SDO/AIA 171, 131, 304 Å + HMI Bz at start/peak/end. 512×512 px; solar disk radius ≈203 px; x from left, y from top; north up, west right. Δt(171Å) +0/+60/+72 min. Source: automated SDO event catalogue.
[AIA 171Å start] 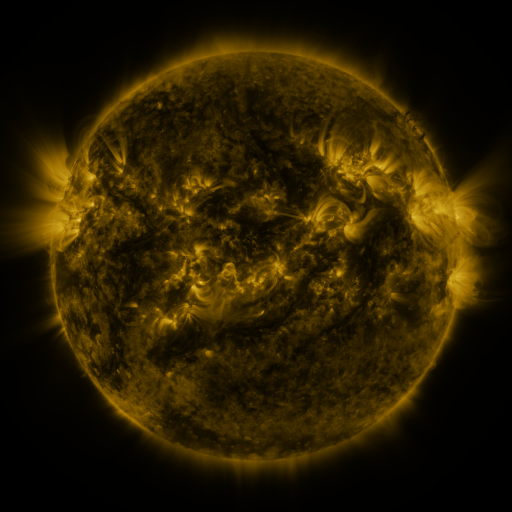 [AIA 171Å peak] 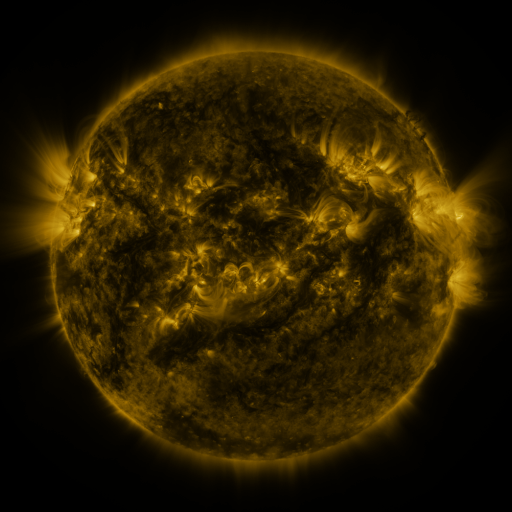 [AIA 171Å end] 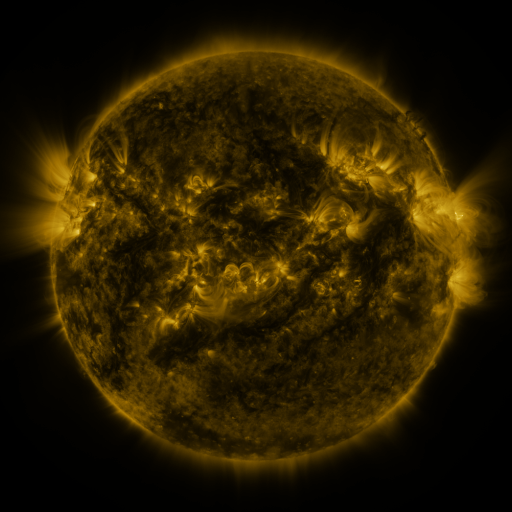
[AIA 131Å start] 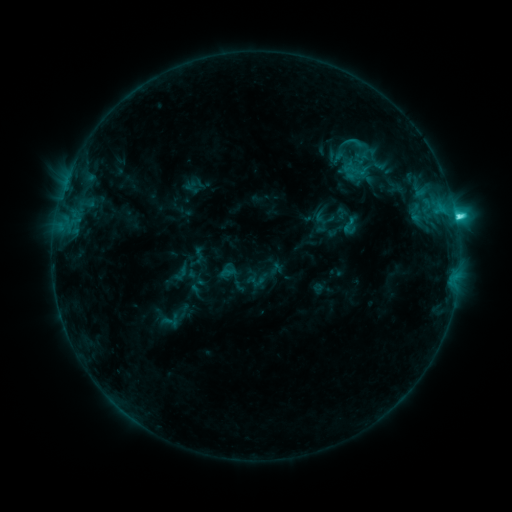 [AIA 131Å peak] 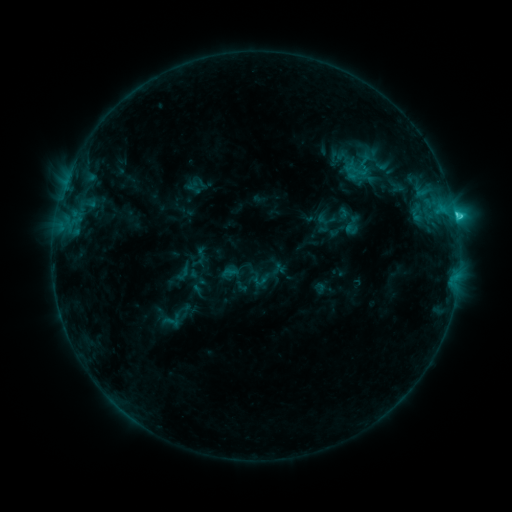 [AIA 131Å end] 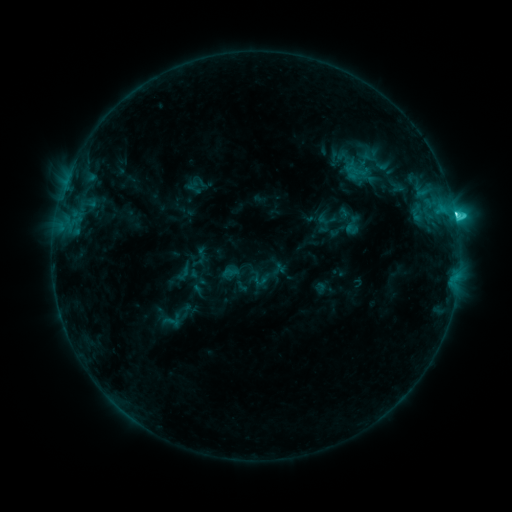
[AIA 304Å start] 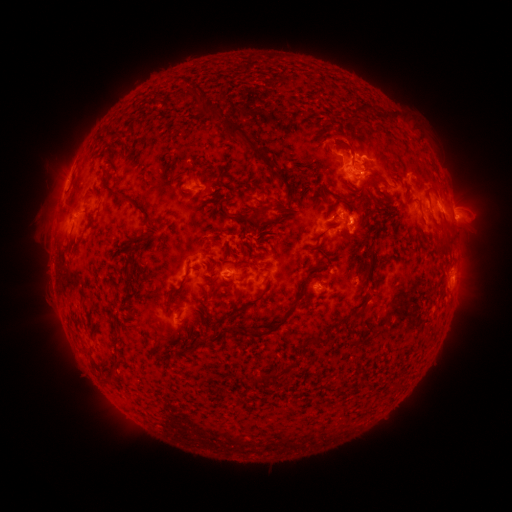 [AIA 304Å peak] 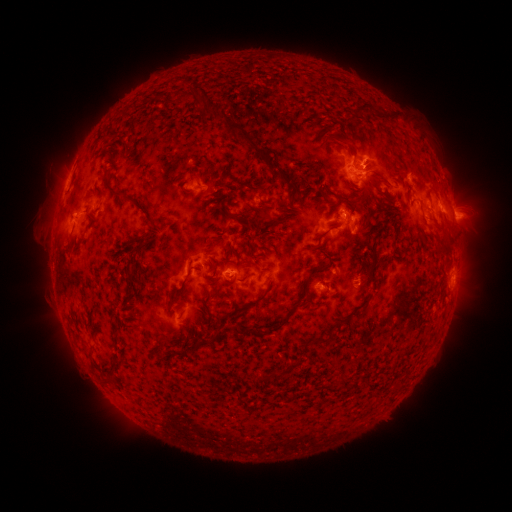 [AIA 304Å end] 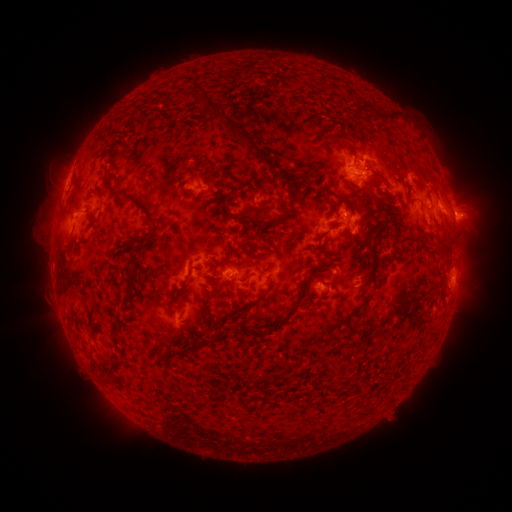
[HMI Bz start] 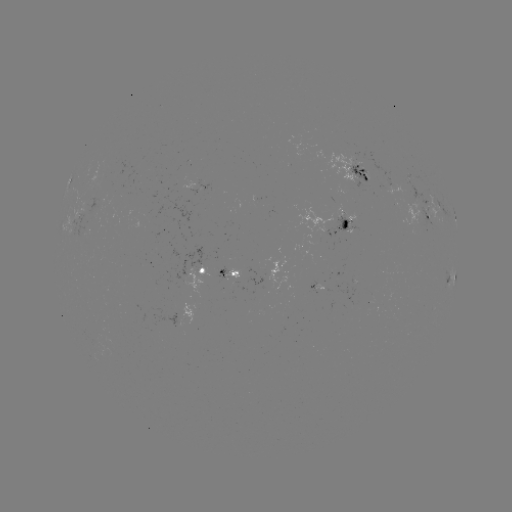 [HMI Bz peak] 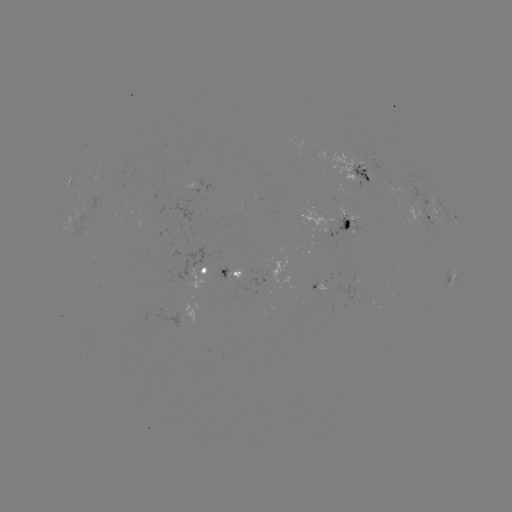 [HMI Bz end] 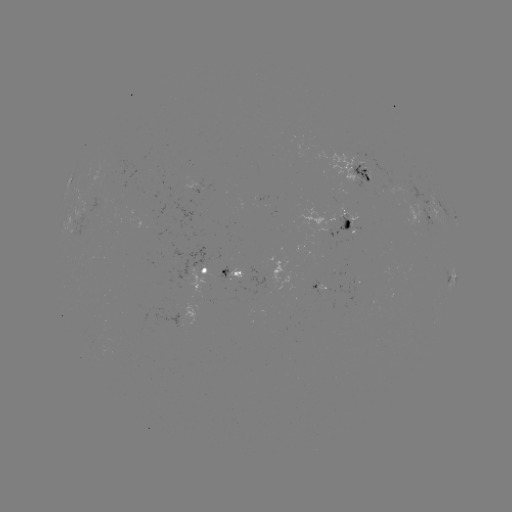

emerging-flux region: <bbox>348, 163, 372, 188</bbox>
